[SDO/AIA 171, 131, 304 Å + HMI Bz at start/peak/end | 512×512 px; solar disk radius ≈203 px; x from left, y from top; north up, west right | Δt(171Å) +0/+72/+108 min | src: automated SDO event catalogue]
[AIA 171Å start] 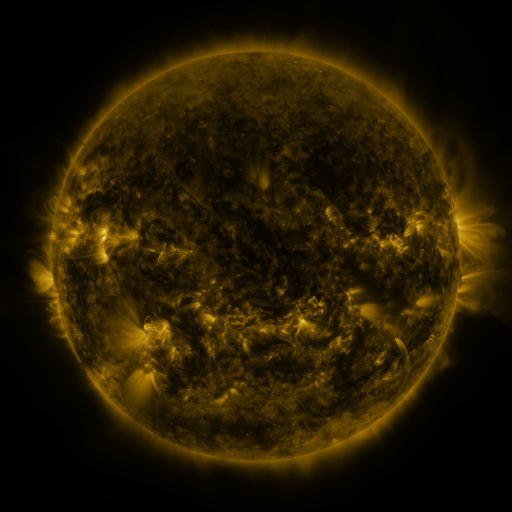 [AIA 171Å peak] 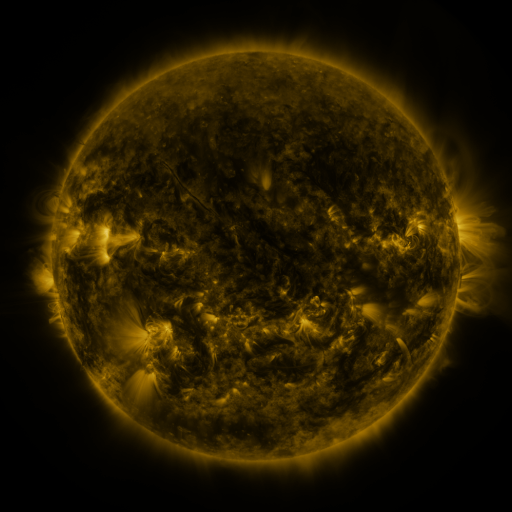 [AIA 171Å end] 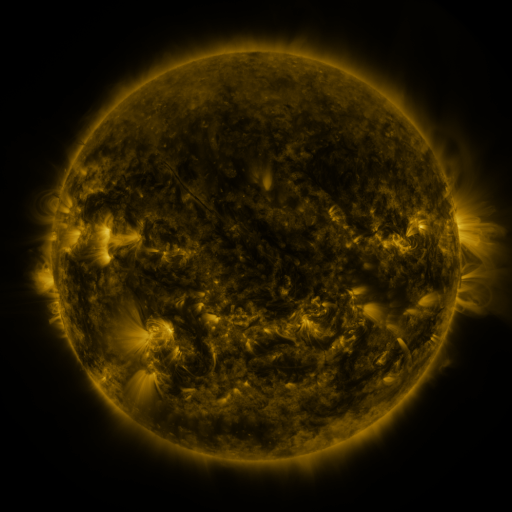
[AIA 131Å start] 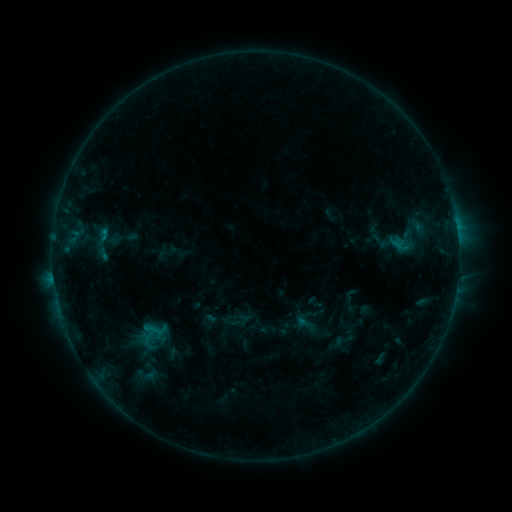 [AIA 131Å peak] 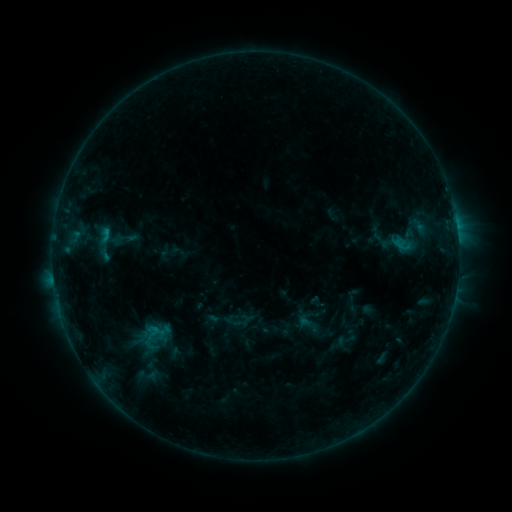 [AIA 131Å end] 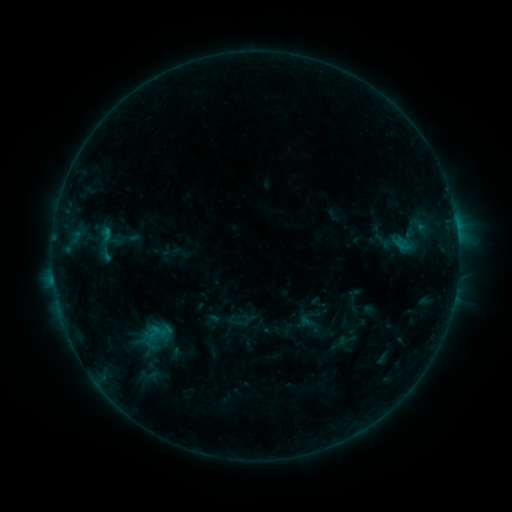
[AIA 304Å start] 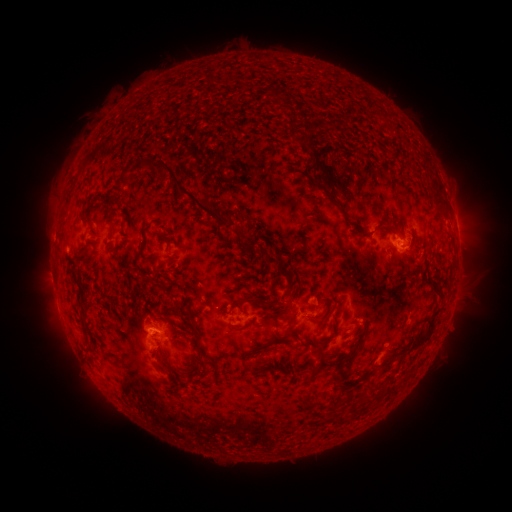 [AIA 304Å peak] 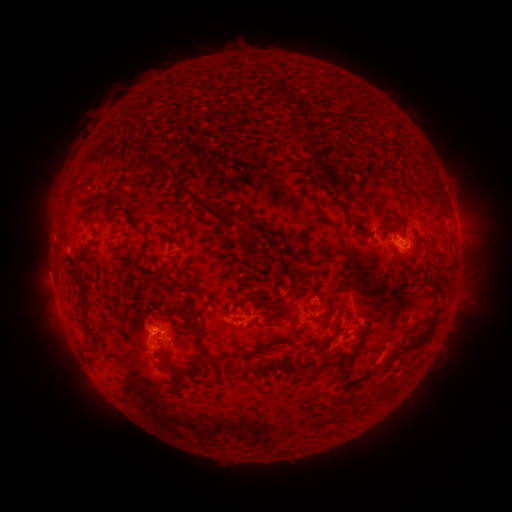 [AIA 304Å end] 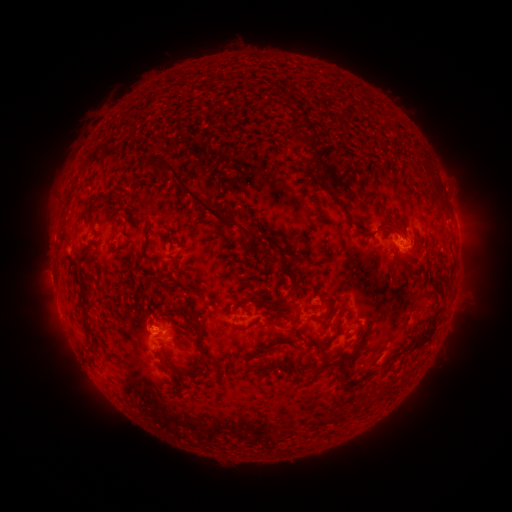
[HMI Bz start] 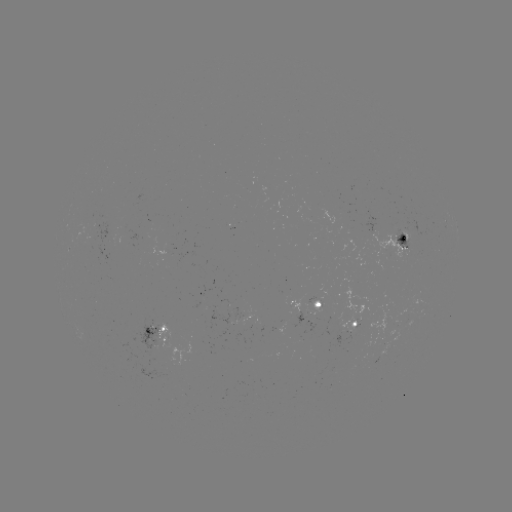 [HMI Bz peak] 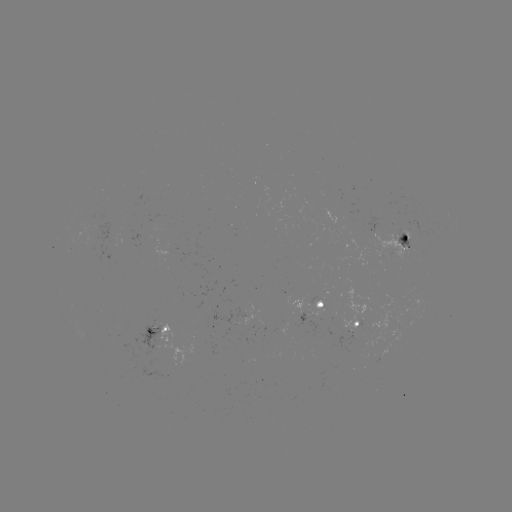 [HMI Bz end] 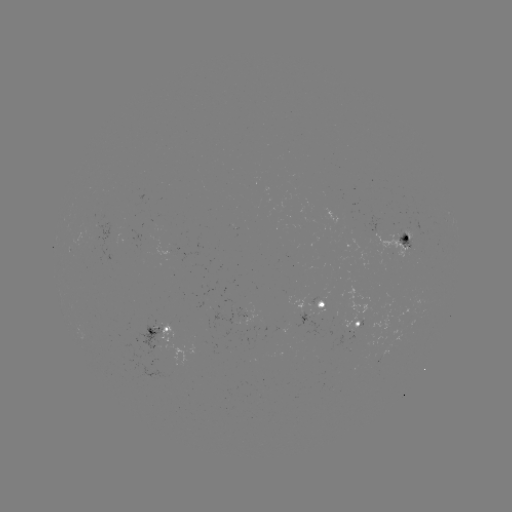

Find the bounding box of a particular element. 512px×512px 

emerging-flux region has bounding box [403, 219, 431, 237].